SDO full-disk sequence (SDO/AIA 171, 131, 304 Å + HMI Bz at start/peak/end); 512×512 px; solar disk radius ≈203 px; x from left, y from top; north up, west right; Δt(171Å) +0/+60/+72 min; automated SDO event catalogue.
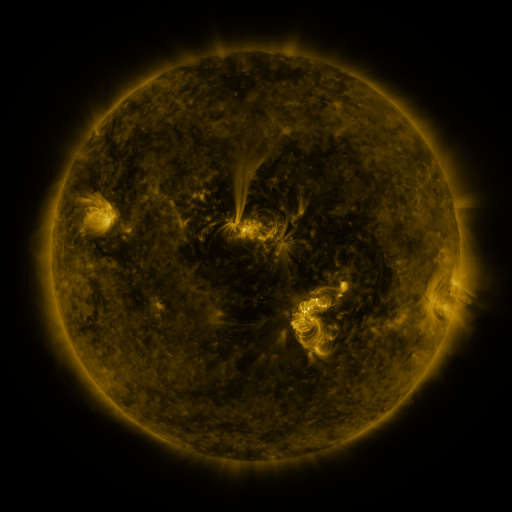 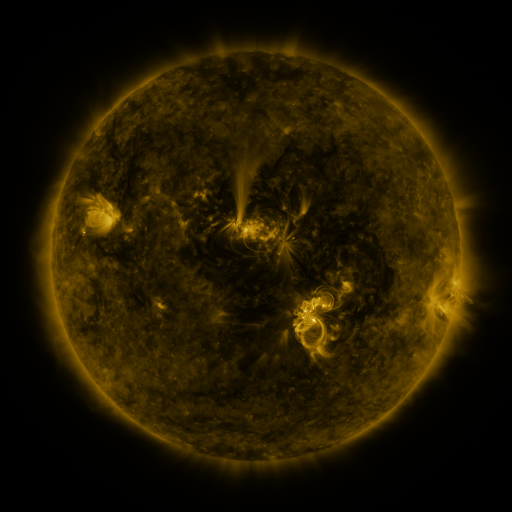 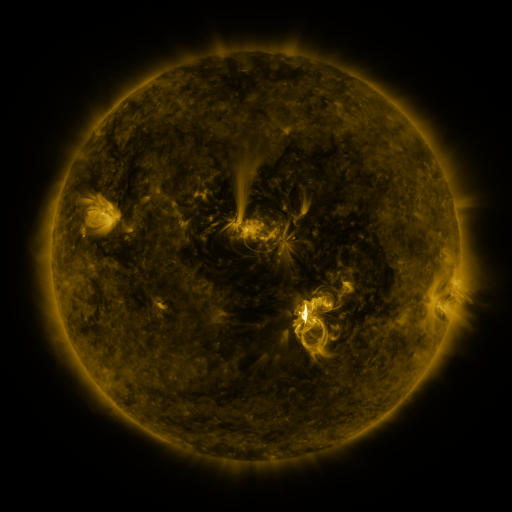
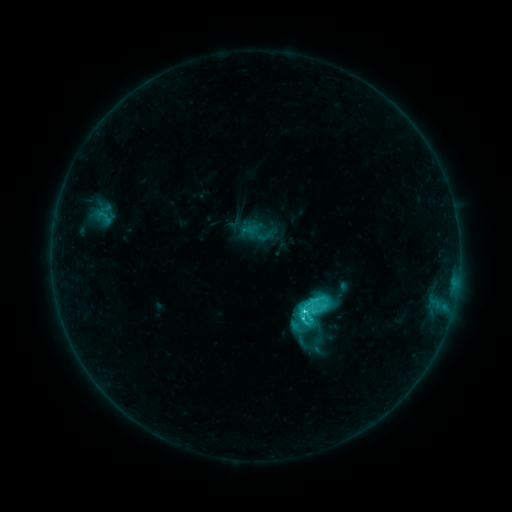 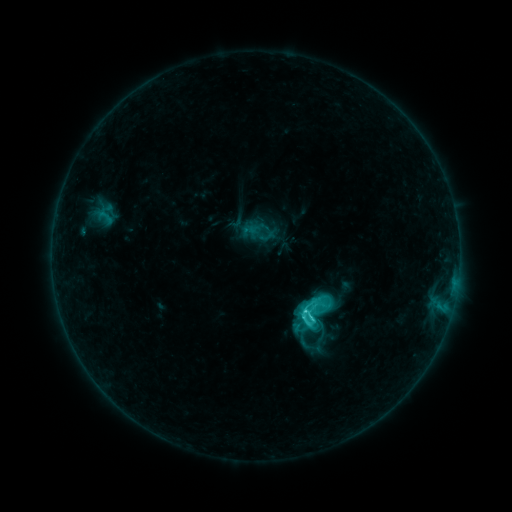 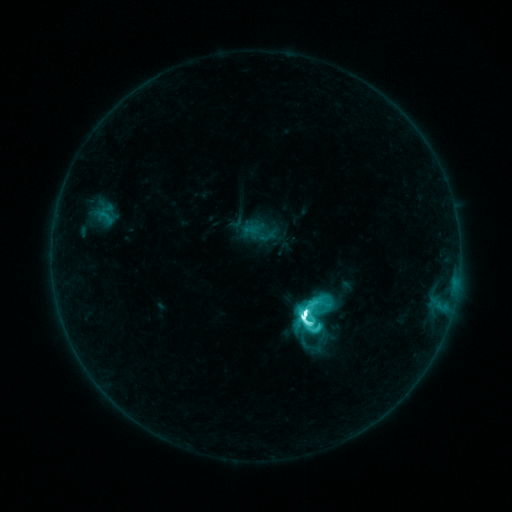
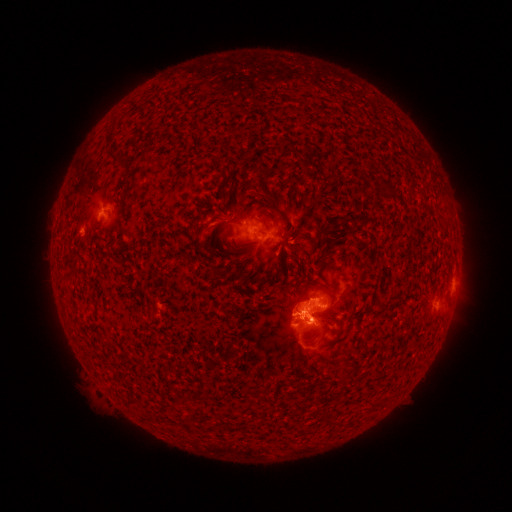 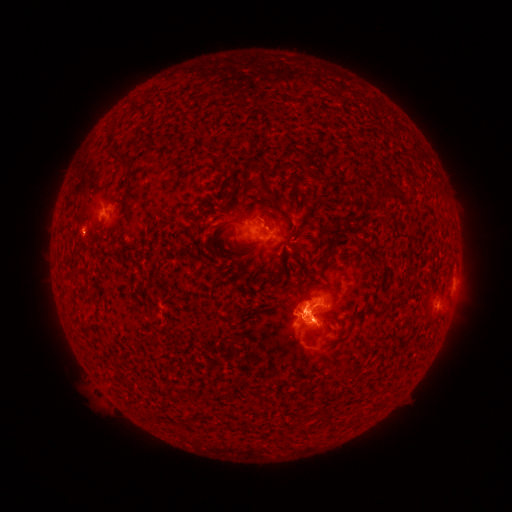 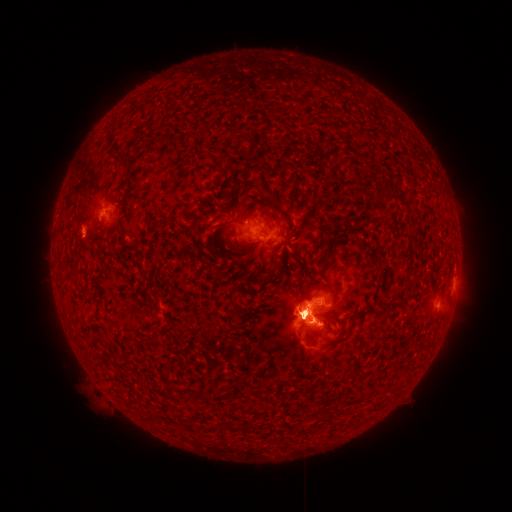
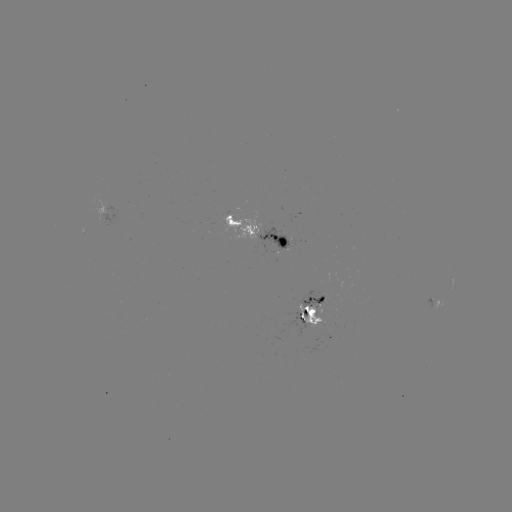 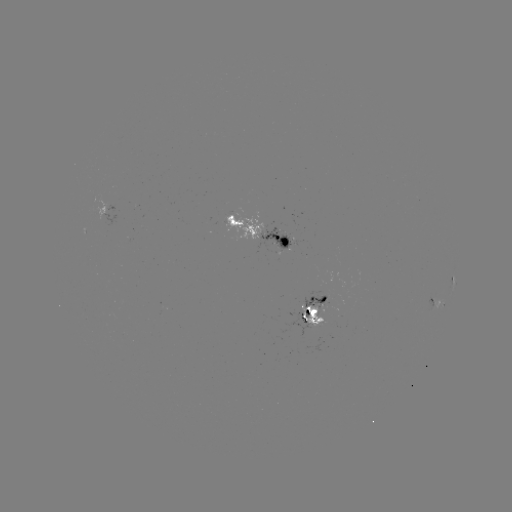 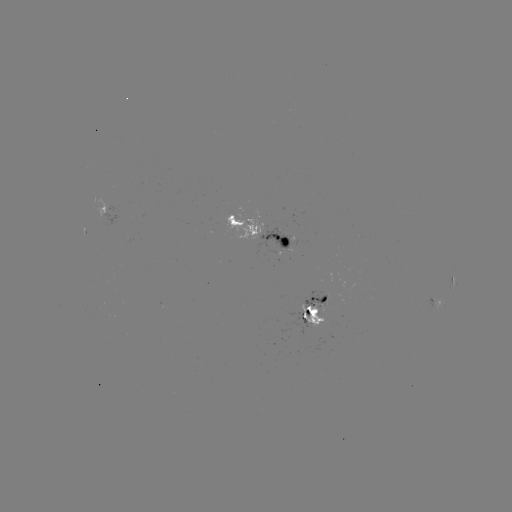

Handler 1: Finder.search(emerging-flux region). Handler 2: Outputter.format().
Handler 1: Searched emerging-flux region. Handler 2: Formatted [321, 304].